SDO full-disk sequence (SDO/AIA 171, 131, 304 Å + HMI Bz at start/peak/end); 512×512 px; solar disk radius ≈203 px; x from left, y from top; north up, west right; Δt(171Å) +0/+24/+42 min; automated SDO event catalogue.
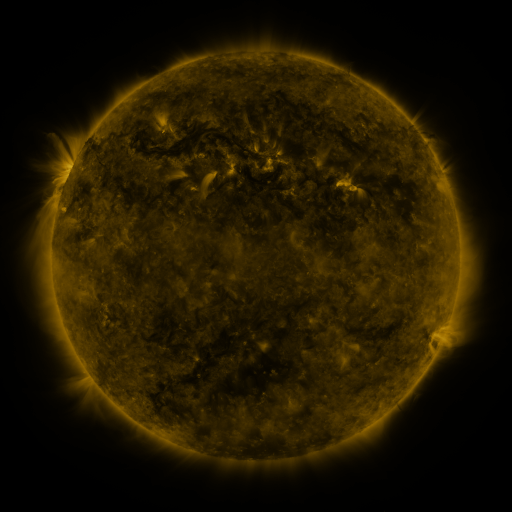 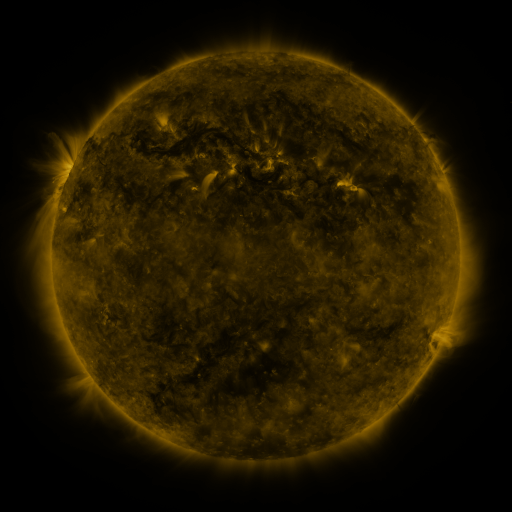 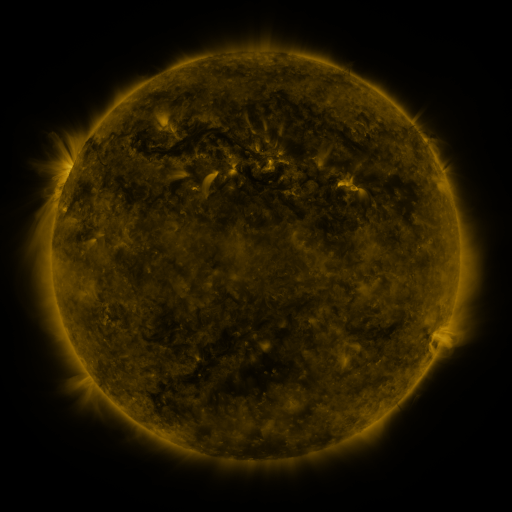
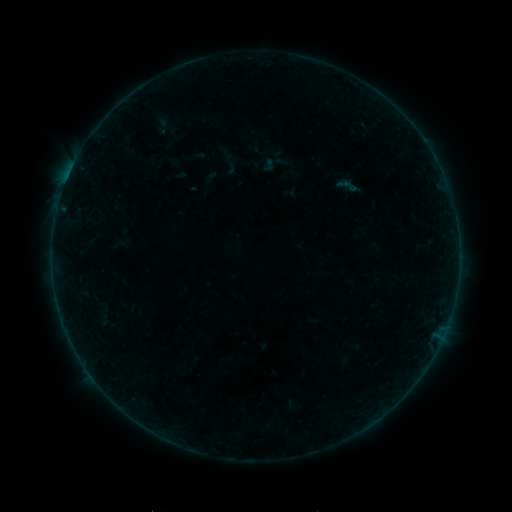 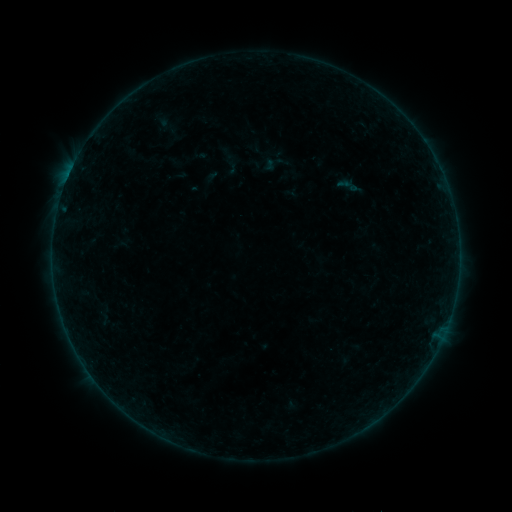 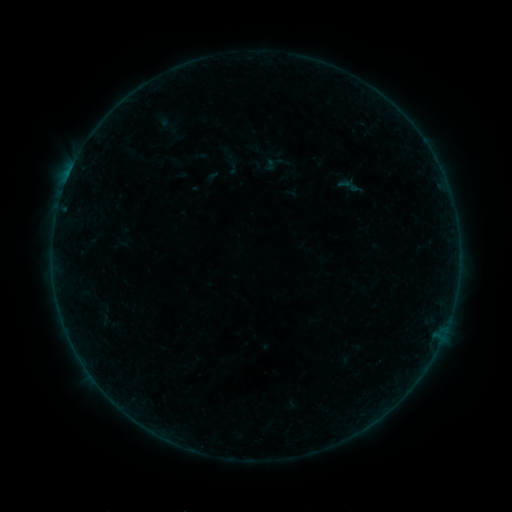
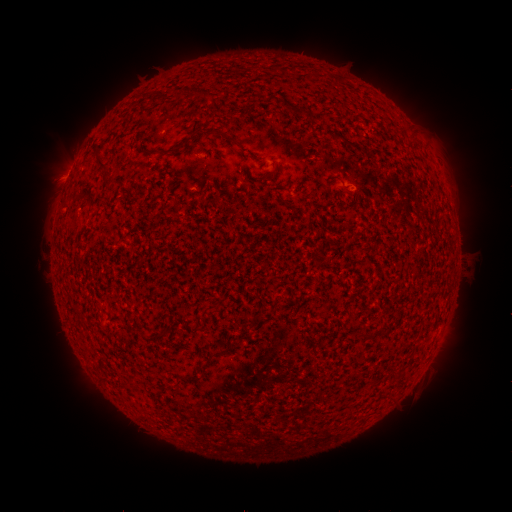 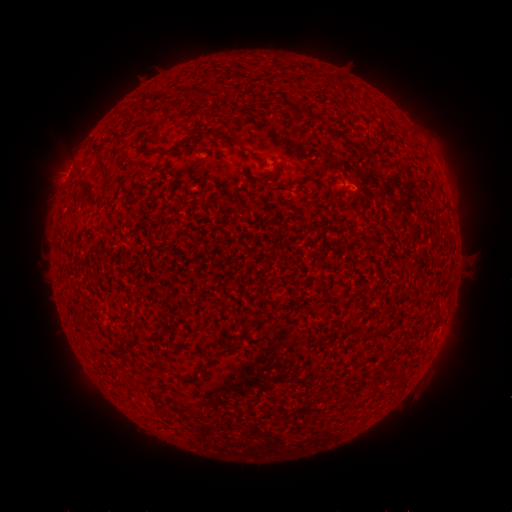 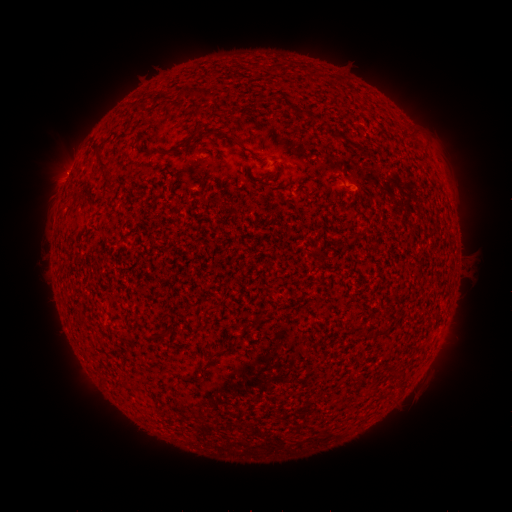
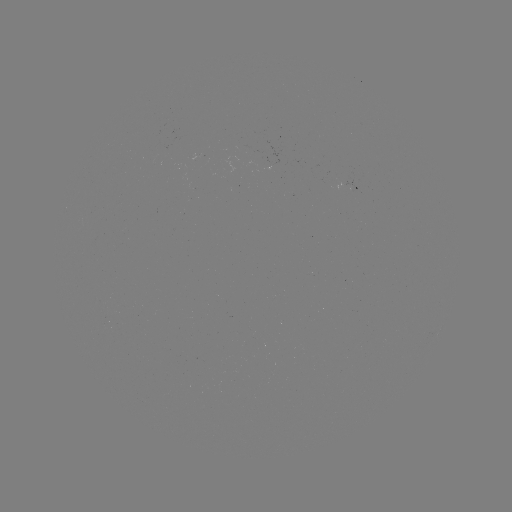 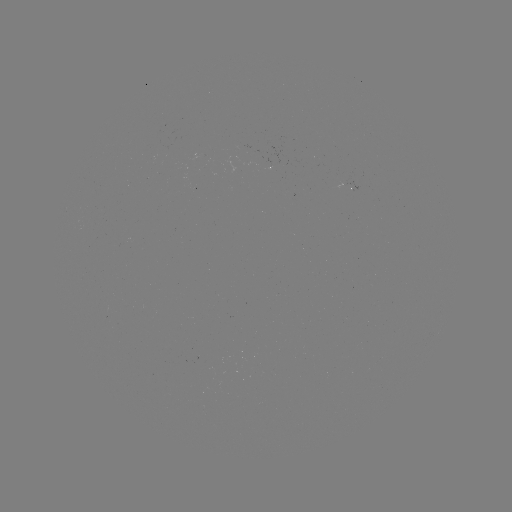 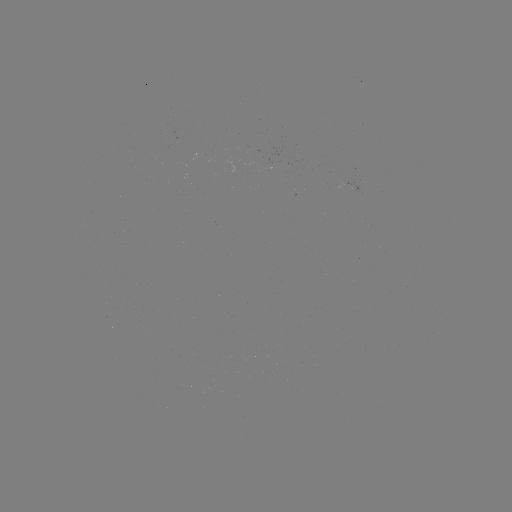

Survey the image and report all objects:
B1.8 flare: (69, 176)
